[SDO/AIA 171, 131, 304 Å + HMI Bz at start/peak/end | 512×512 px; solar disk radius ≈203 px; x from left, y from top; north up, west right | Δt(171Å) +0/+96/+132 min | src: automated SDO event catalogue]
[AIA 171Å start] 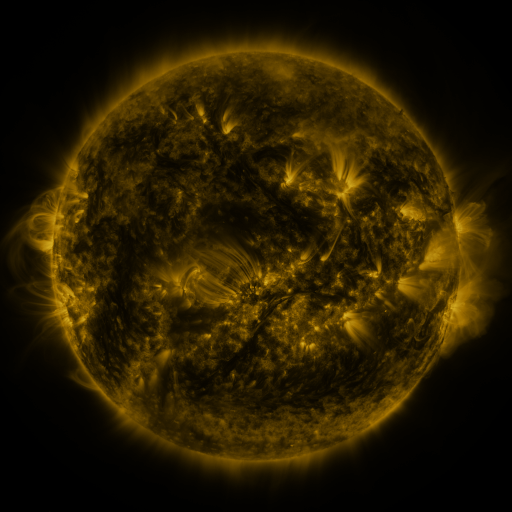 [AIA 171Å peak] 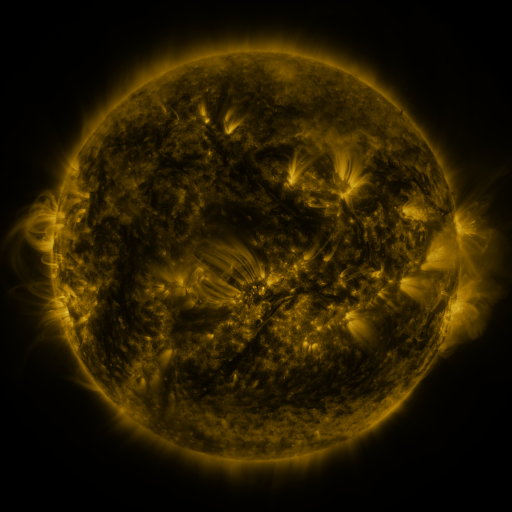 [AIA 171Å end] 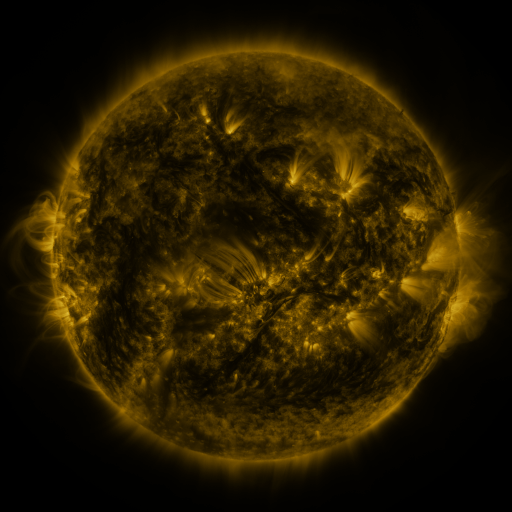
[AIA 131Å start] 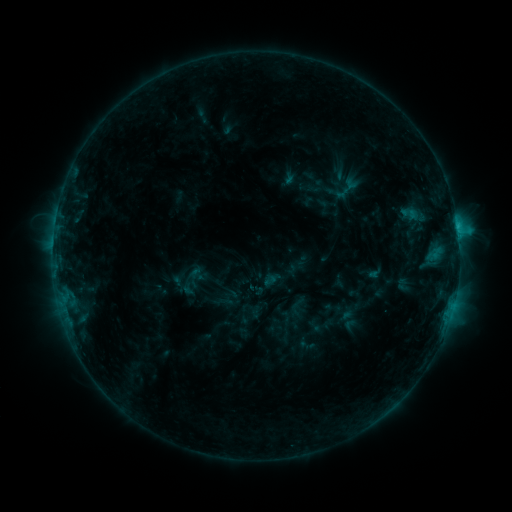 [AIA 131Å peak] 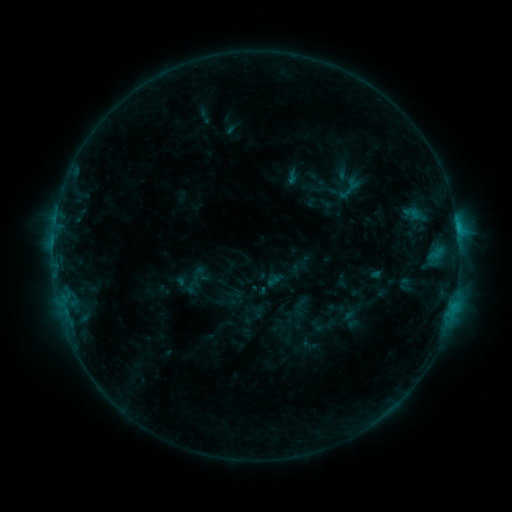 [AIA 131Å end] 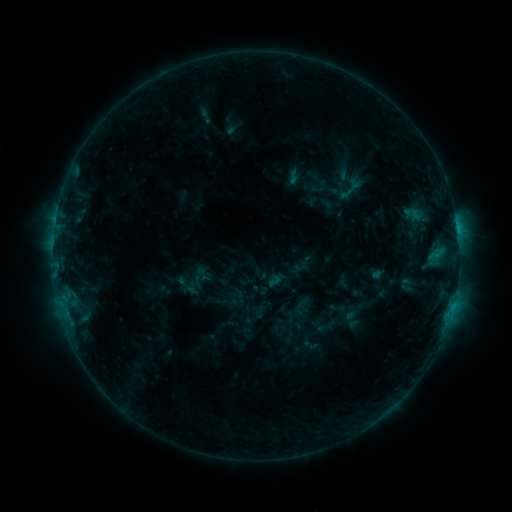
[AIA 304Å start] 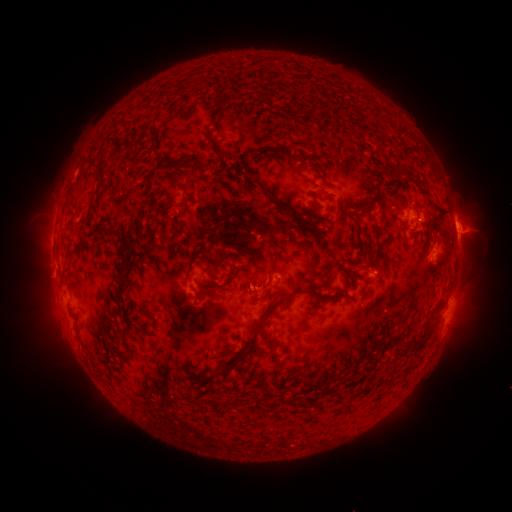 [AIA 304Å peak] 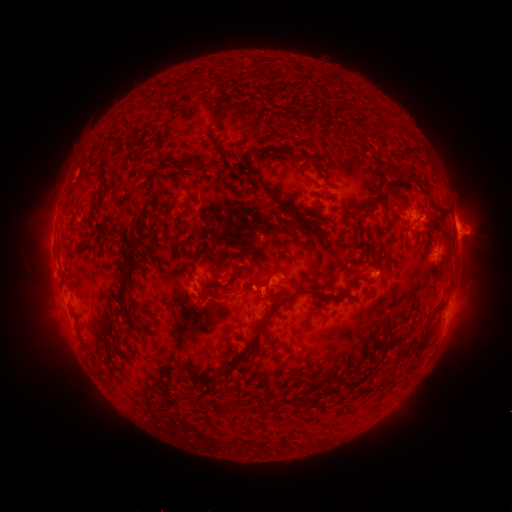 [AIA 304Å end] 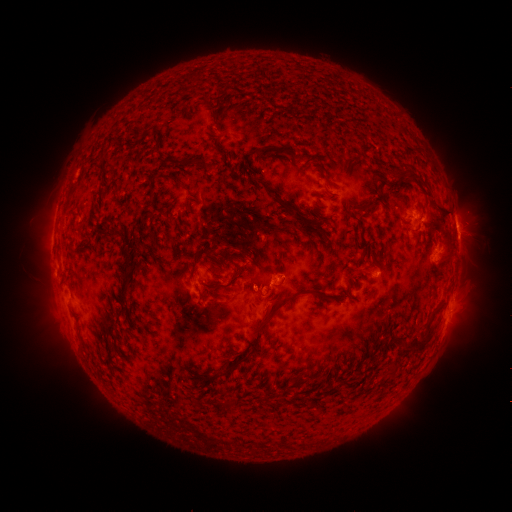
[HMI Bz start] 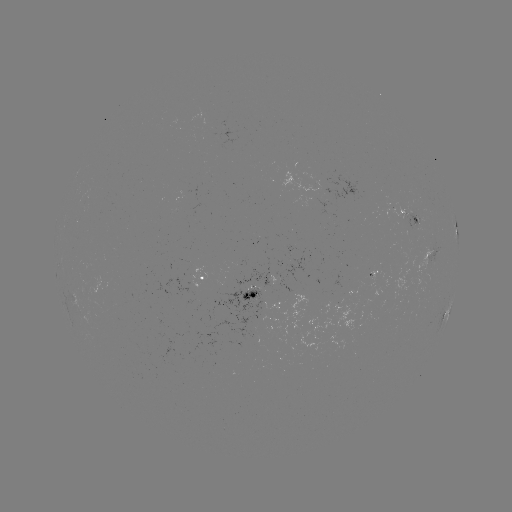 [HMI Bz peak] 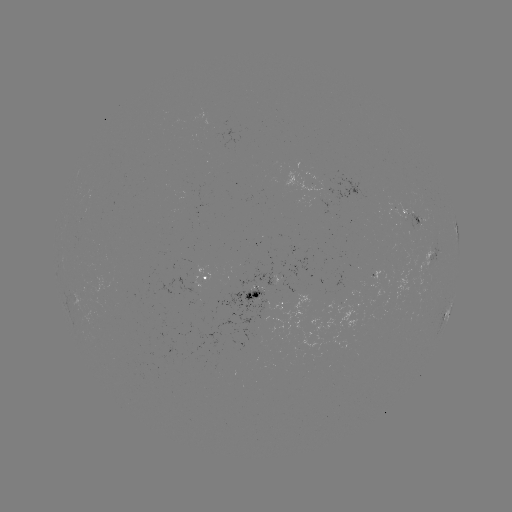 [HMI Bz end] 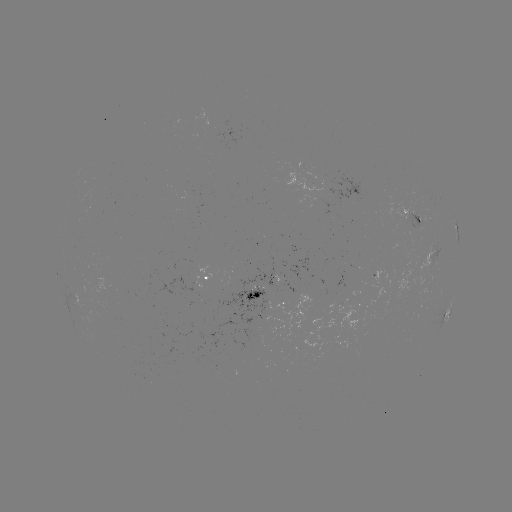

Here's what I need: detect emerging-flux region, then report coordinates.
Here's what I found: emerging-flux region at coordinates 386,308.